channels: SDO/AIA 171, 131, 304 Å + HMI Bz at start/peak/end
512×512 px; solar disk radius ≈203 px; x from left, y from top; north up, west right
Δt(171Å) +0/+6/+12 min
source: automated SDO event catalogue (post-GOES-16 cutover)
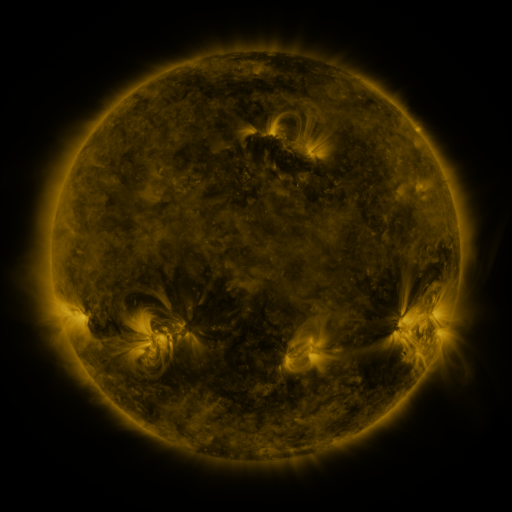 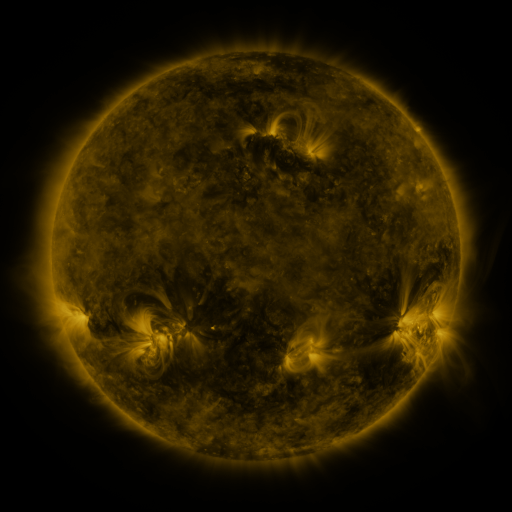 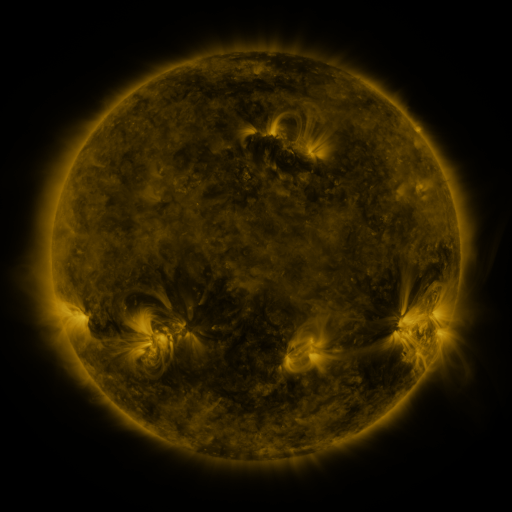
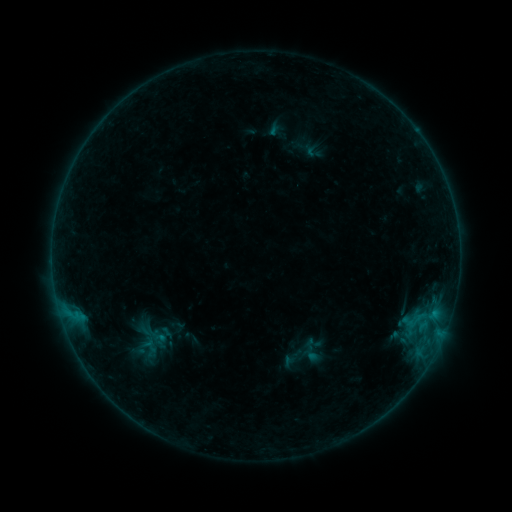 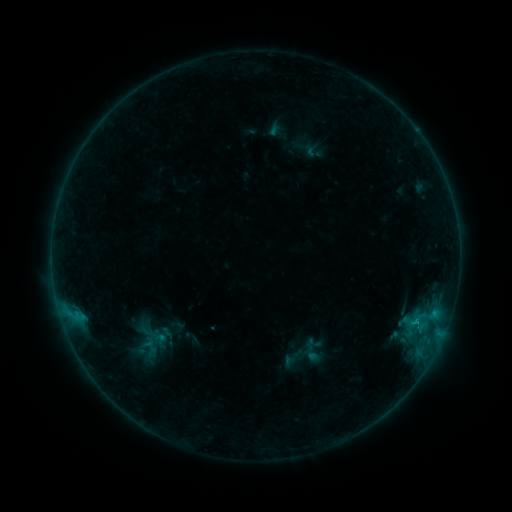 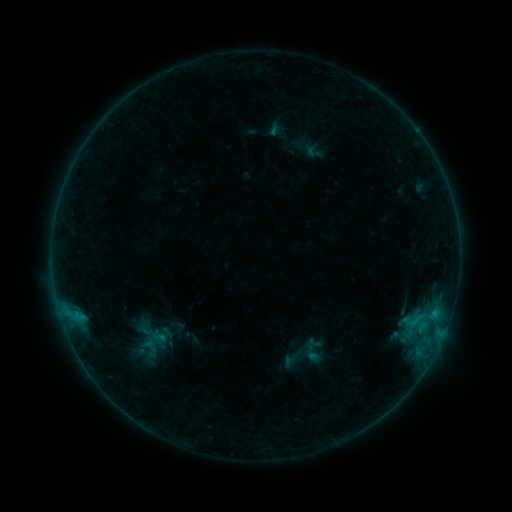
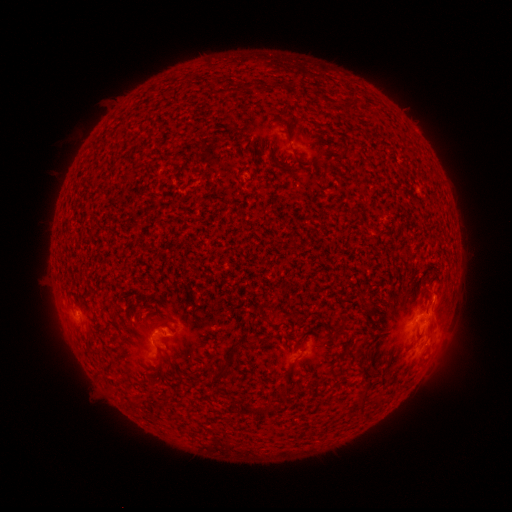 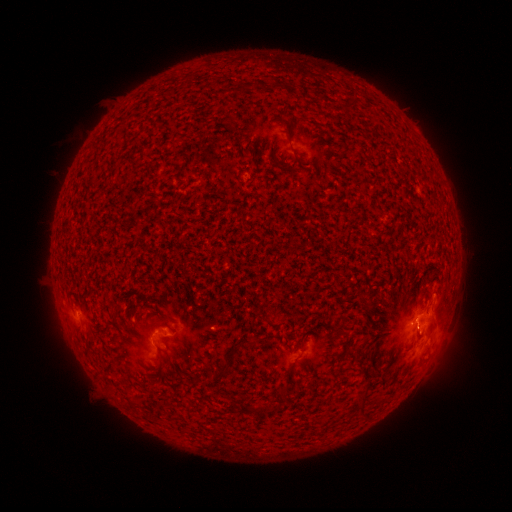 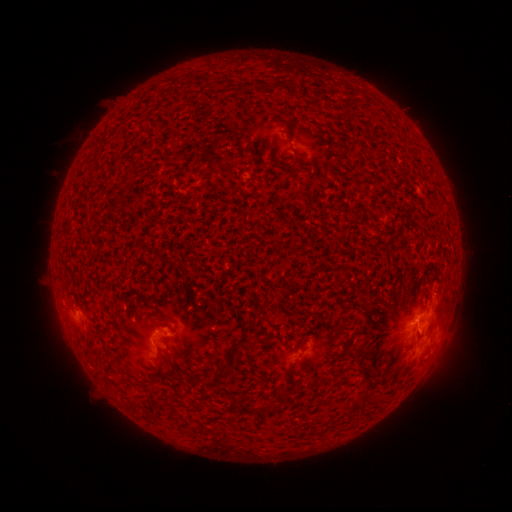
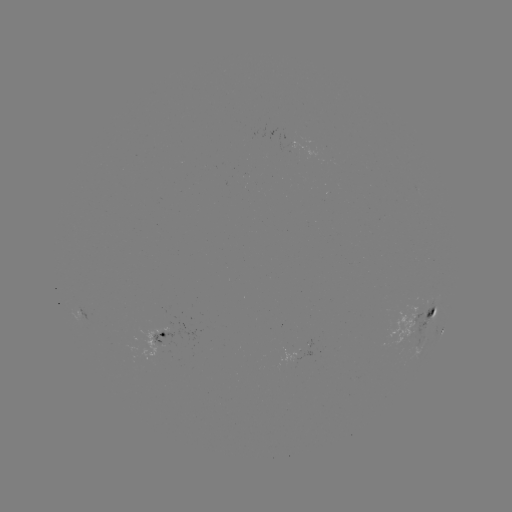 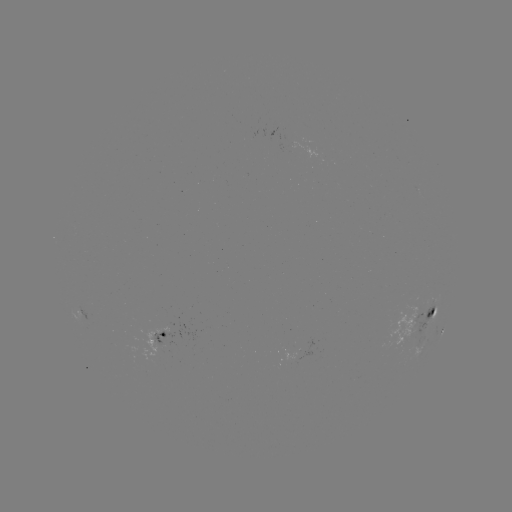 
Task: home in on B5.1 flare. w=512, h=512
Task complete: [416, 319].